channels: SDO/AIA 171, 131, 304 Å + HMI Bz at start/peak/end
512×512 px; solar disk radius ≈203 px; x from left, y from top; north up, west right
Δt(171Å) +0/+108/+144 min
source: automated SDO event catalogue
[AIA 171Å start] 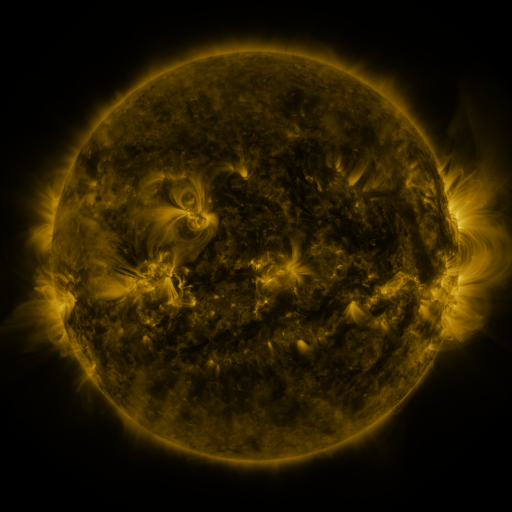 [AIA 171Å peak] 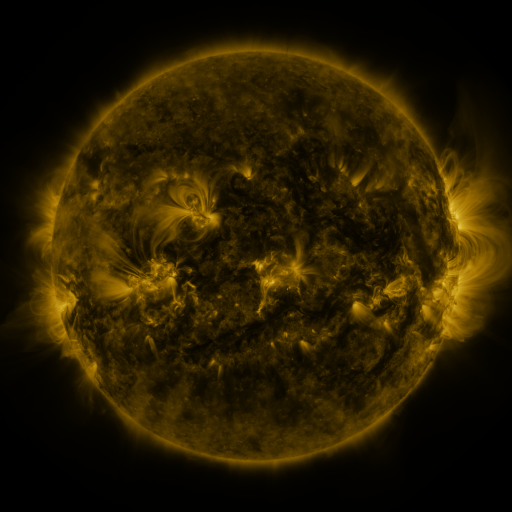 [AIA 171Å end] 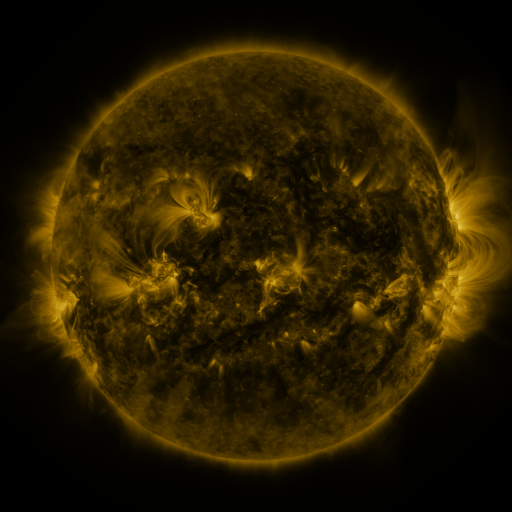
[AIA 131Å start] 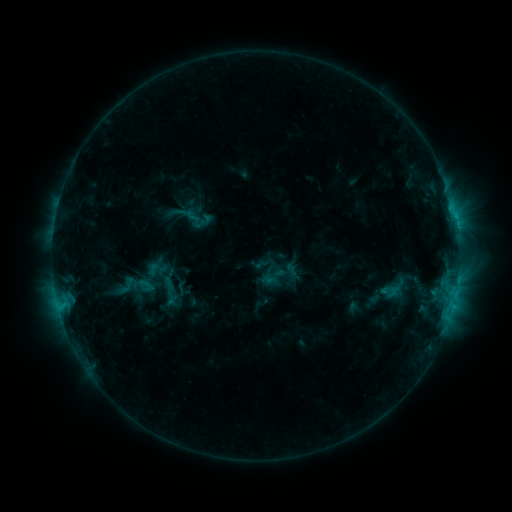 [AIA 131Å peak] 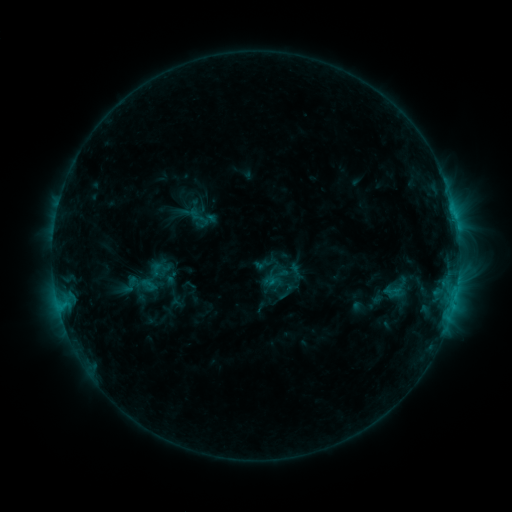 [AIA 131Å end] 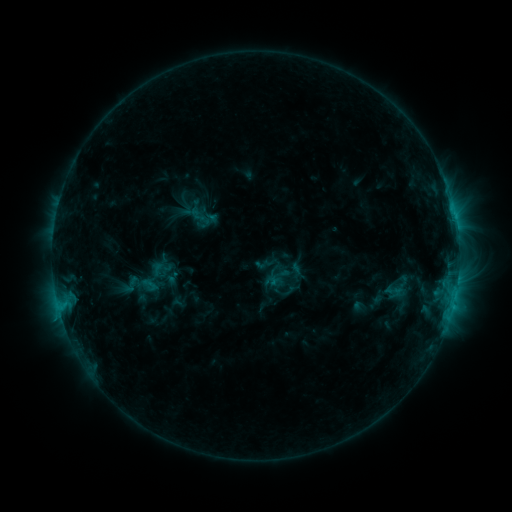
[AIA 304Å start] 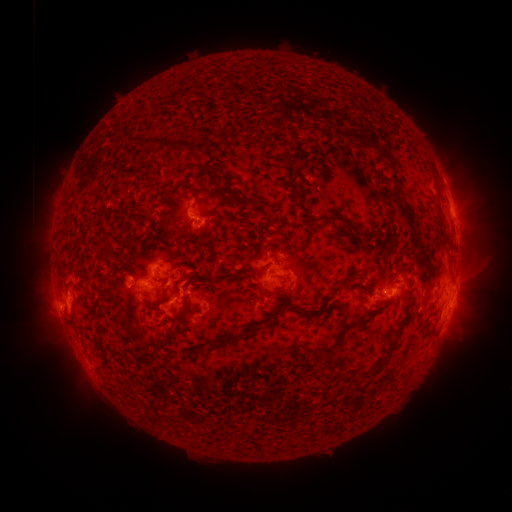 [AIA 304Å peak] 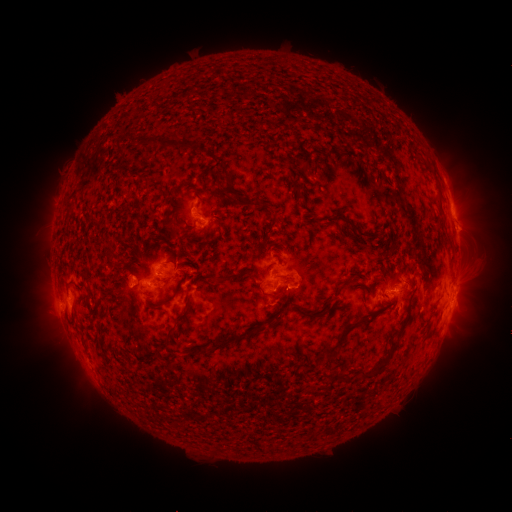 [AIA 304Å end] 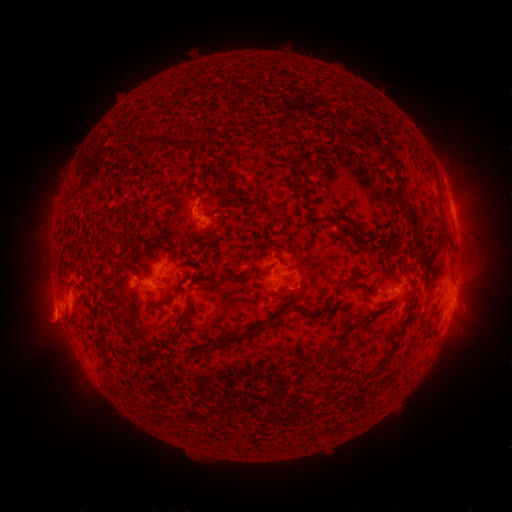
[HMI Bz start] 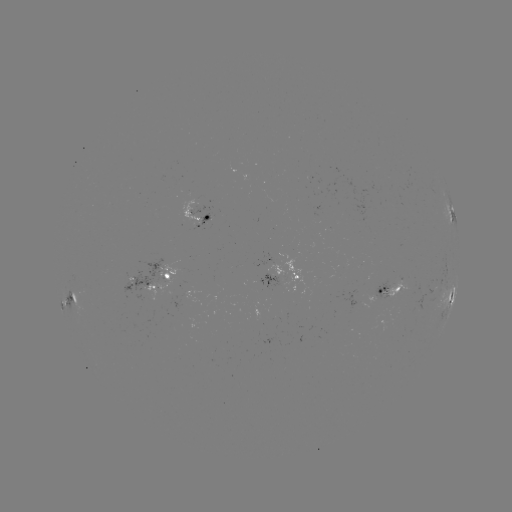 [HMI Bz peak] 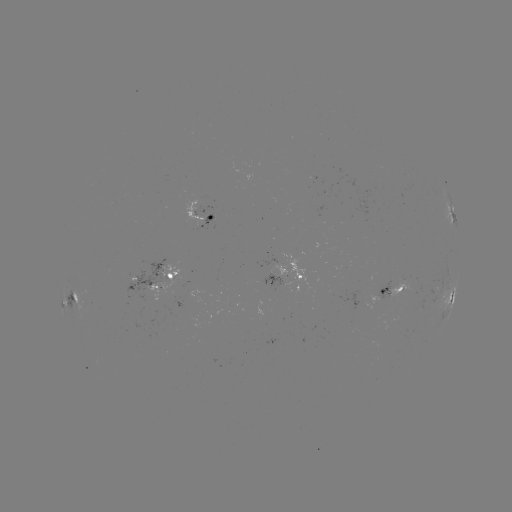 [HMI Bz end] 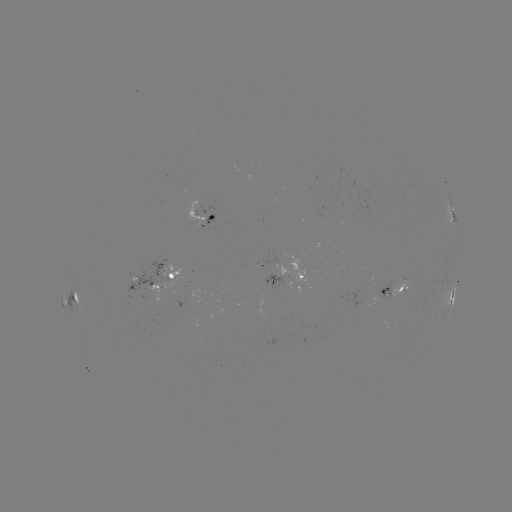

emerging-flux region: <bbox>391, 277, 422, 299</bbox>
